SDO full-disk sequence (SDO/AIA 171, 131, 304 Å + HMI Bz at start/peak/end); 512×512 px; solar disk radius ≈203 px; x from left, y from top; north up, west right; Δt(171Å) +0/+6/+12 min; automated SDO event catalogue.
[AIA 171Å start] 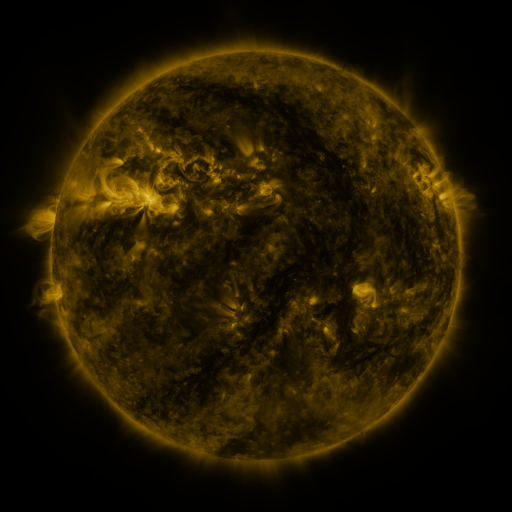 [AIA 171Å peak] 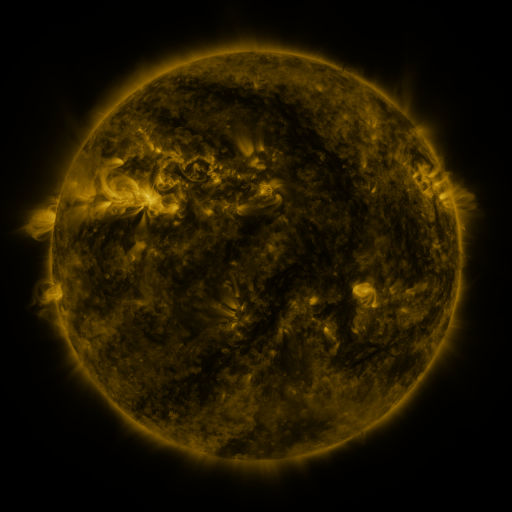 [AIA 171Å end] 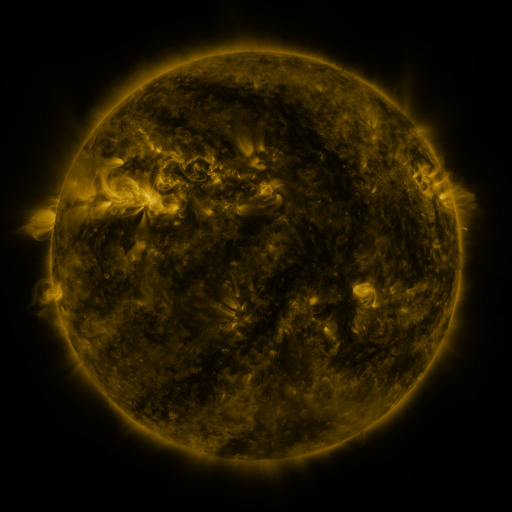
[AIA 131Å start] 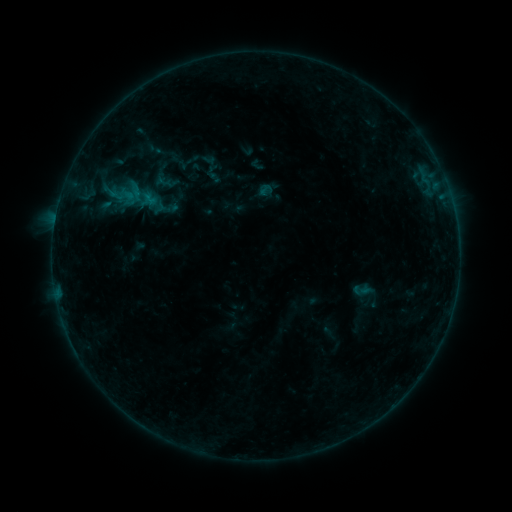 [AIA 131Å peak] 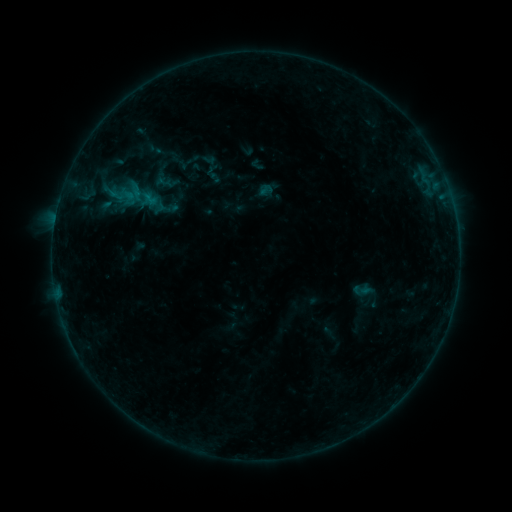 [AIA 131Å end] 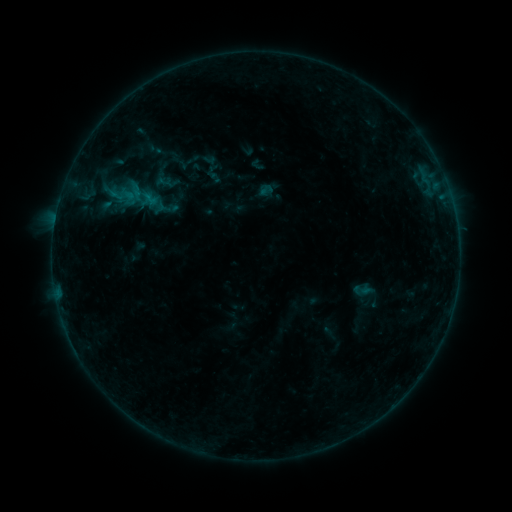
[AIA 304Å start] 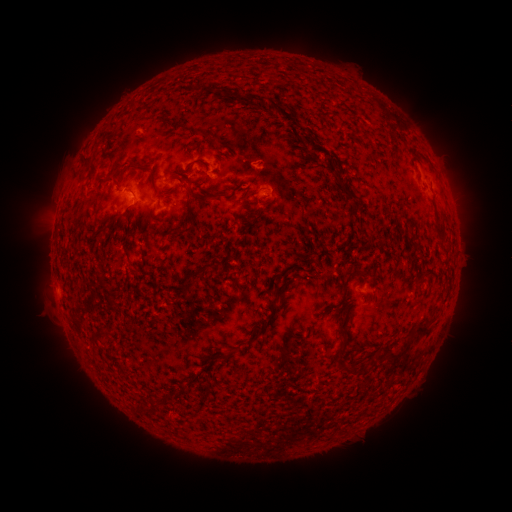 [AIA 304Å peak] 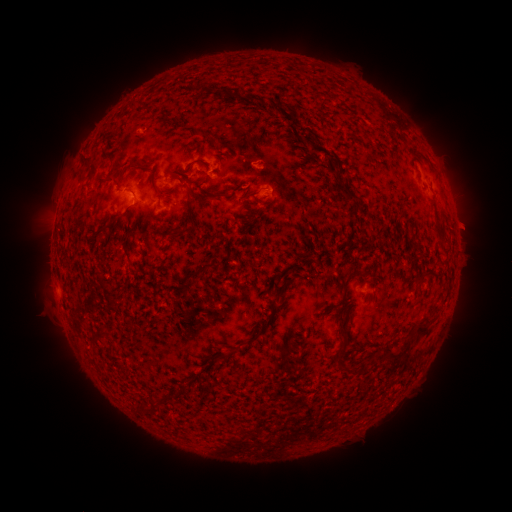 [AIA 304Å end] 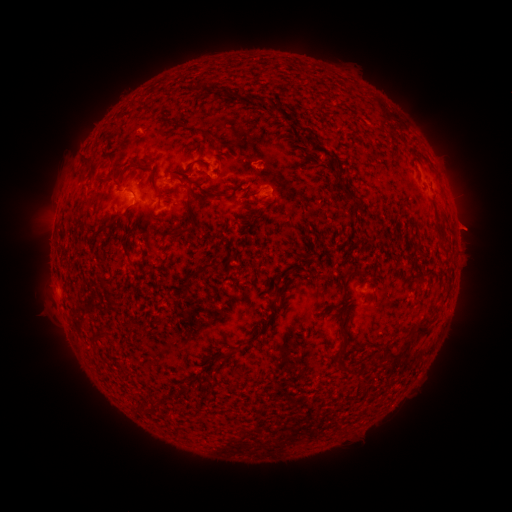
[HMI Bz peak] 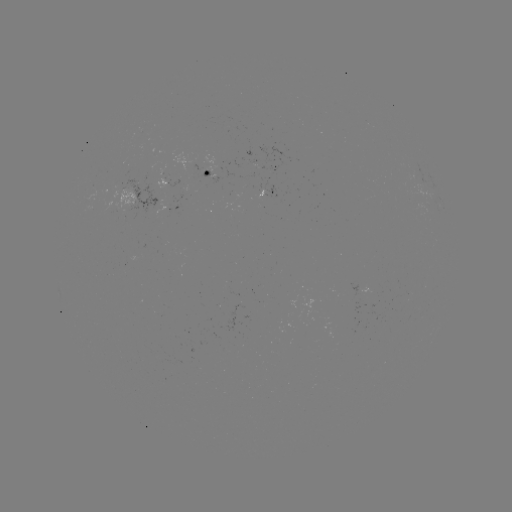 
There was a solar eruption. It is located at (468, 227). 